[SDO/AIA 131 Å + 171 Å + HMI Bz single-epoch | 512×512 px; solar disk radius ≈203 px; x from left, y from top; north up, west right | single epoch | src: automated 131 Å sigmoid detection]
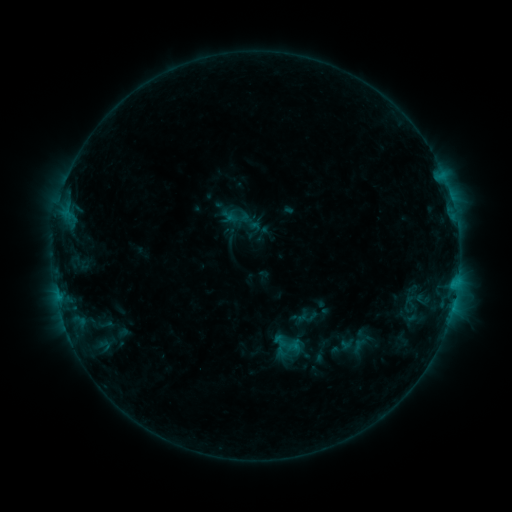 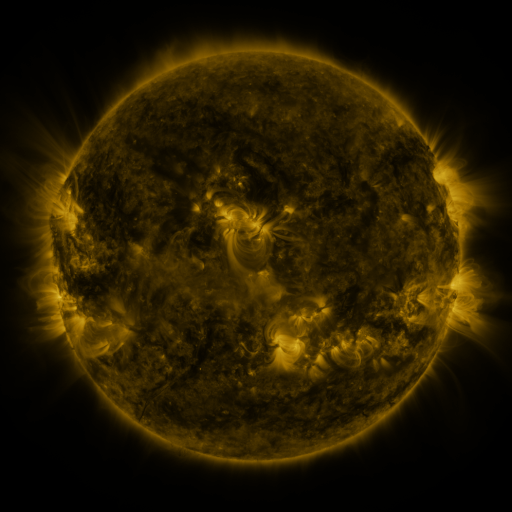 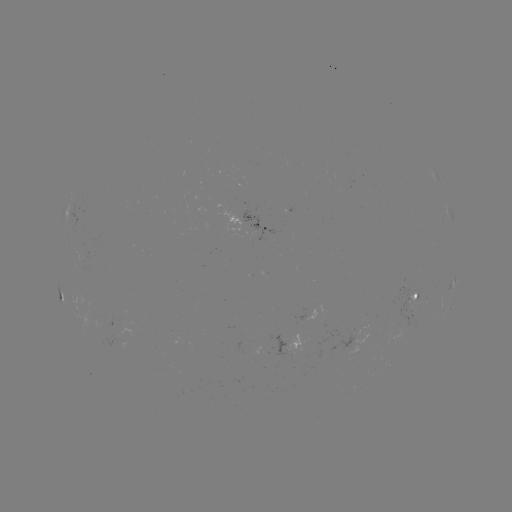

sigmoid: [272, 333, 288, 349]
